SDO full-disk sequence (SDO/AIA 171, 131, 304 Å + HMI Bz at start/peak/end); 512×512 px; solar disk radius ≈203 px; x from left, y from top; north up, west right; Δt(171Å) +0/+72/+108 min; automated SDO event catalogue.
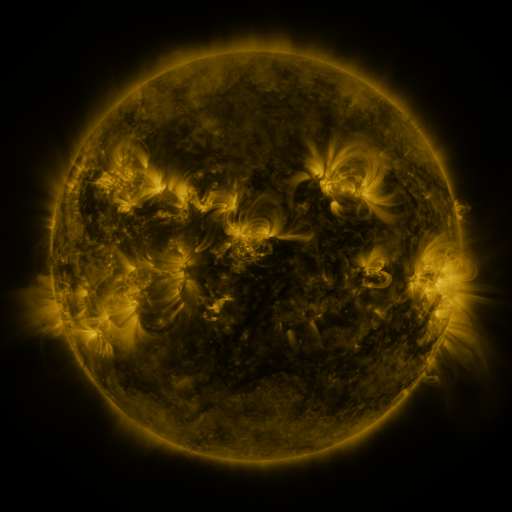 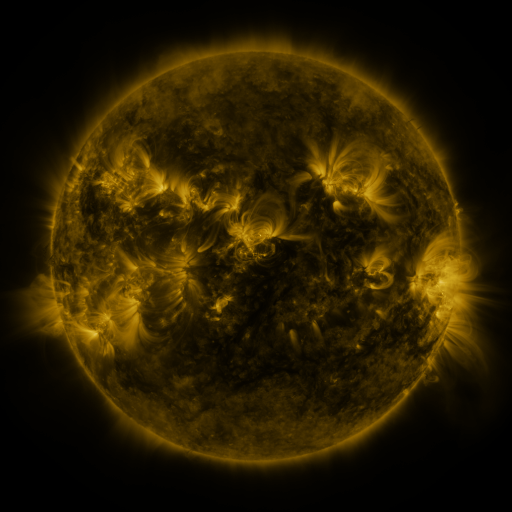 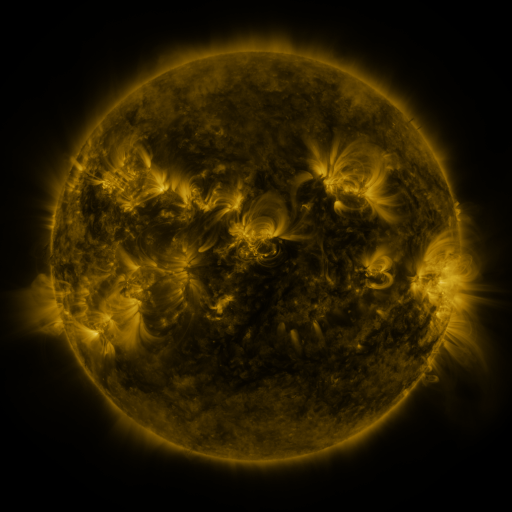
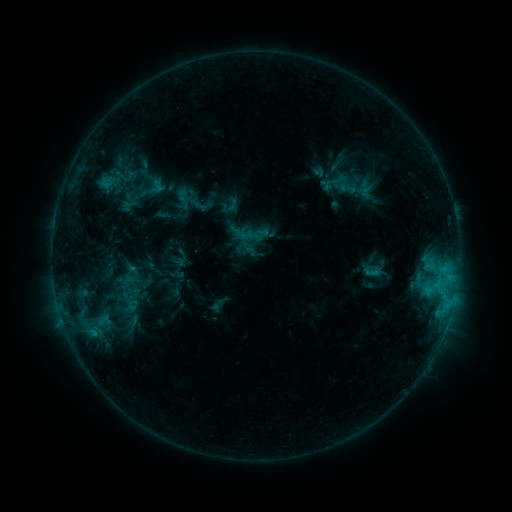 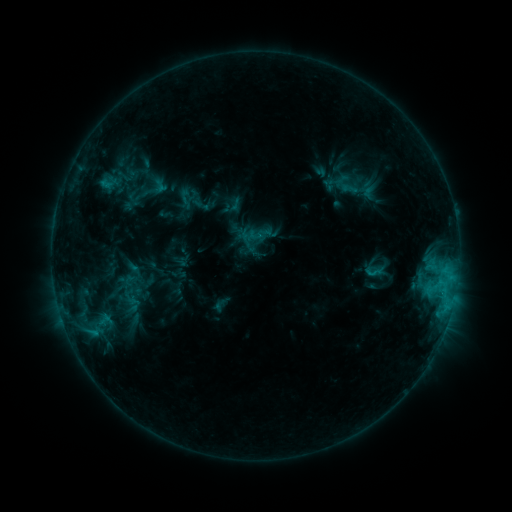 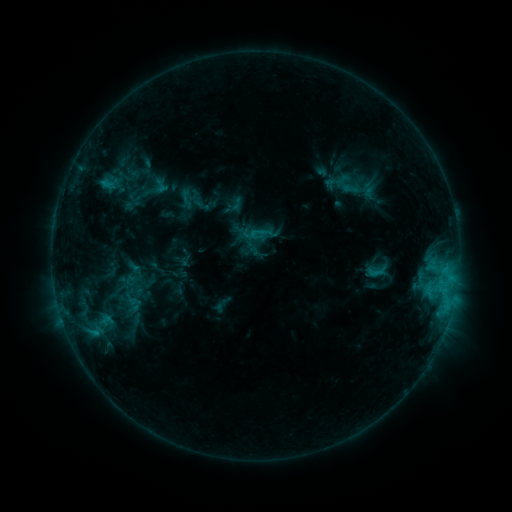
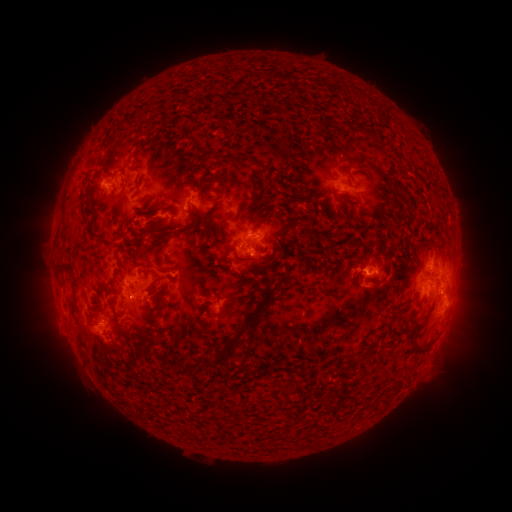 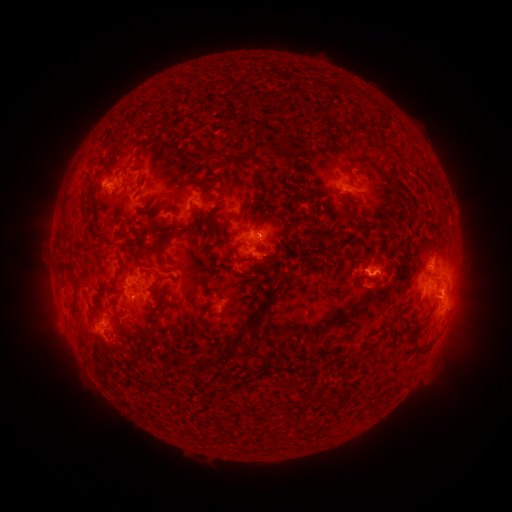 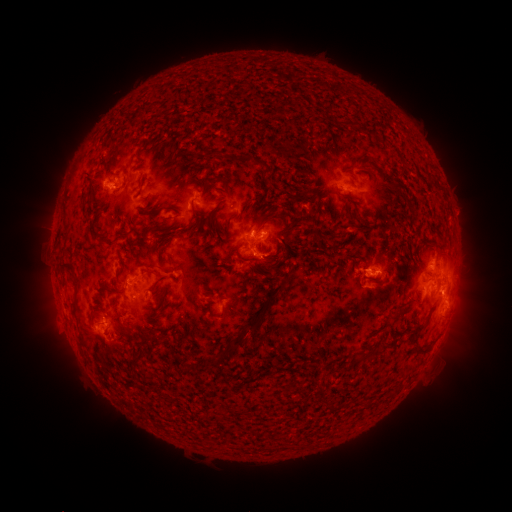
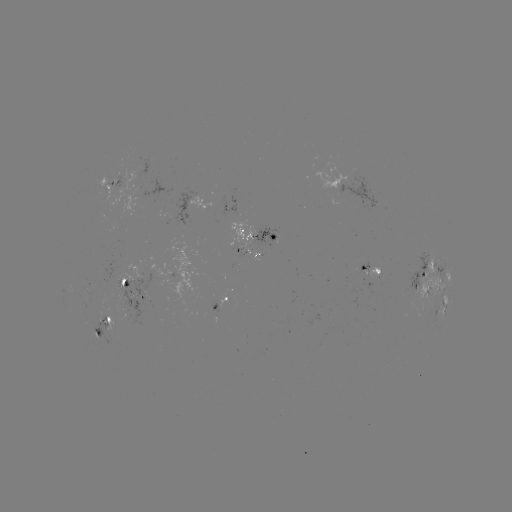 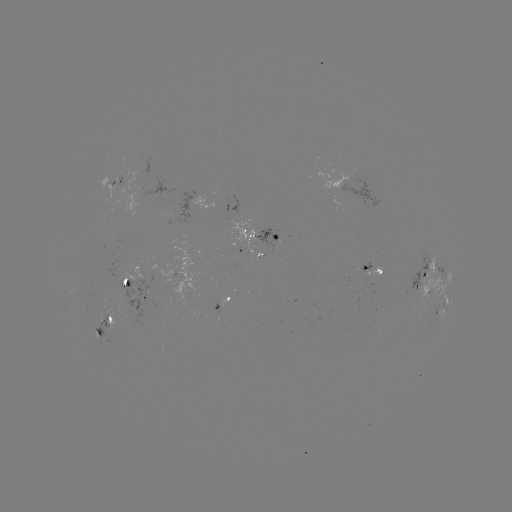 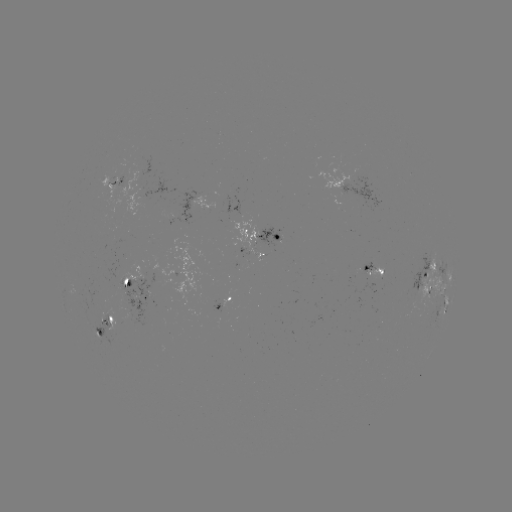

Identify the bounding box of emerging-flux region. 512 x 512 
[82, 307, 123, 345].